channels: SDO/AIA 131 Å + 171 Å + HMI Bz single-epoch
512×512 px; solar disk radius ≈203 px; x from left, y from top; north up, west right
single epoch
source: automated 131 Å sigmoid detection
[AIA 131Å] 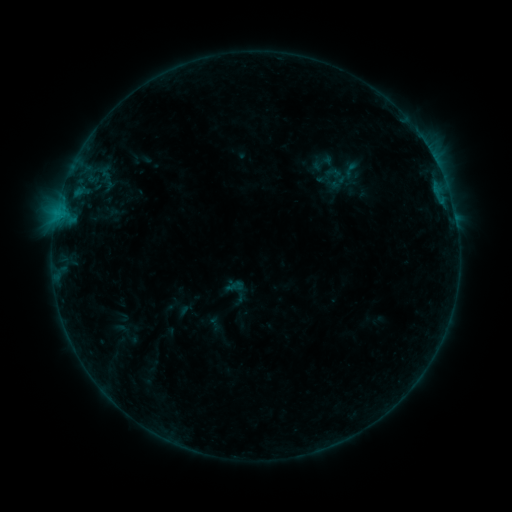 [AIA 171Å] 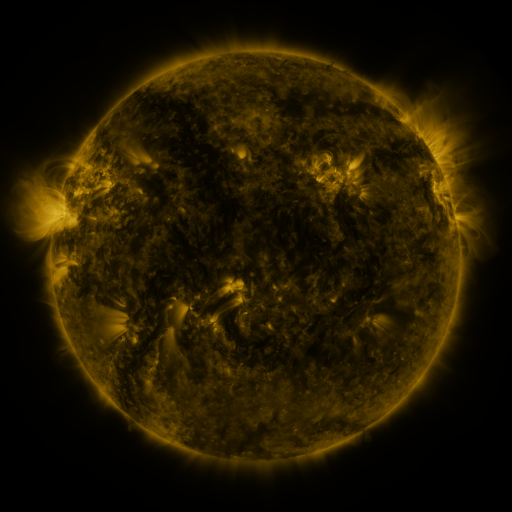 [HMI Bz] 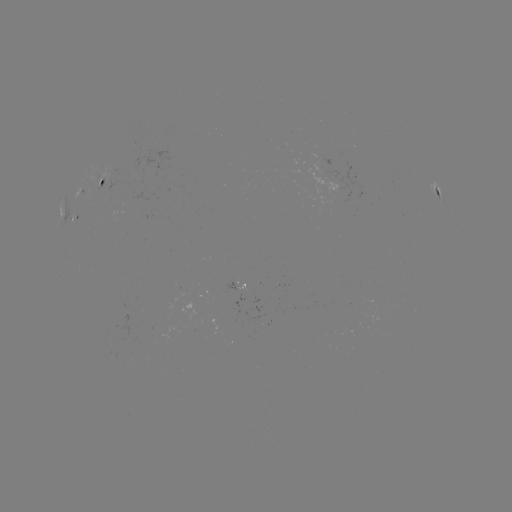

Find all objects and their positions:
sigmoid: (323, 162)
